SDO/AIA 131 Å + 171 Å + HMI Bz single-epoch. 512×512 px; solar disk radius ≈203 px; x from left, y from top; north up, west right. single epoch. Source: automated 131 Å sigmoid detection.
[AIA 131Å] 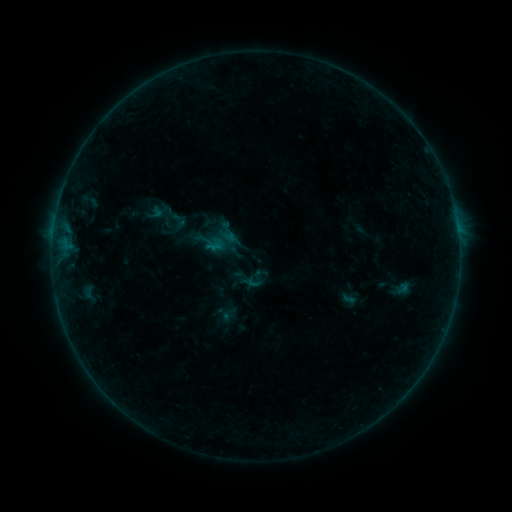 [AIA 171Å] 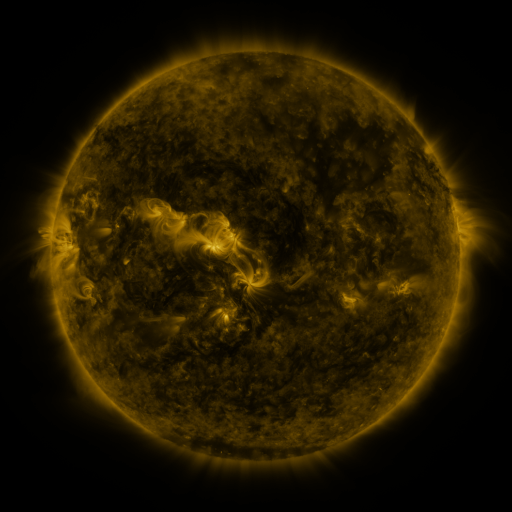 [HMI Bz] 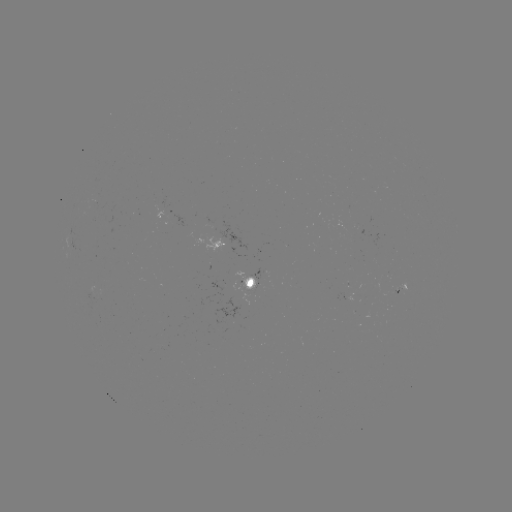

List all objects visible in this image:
sigmoid: (259, 275)
